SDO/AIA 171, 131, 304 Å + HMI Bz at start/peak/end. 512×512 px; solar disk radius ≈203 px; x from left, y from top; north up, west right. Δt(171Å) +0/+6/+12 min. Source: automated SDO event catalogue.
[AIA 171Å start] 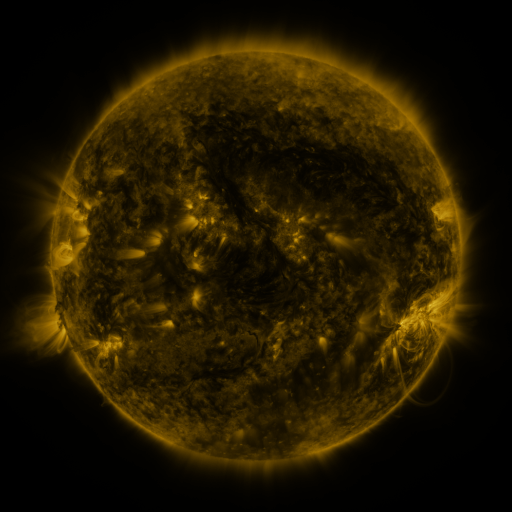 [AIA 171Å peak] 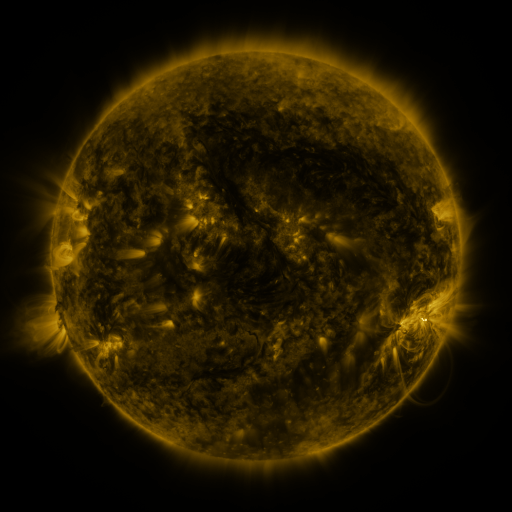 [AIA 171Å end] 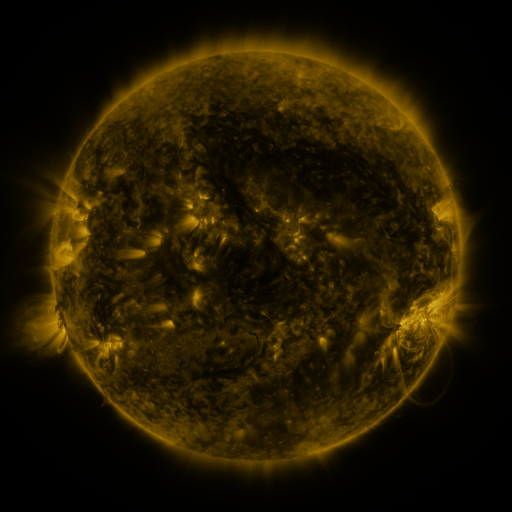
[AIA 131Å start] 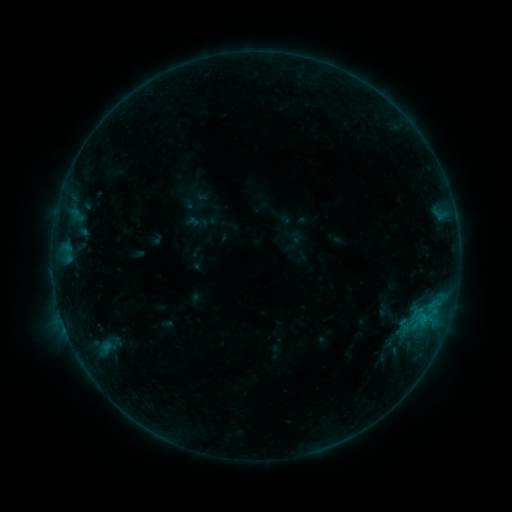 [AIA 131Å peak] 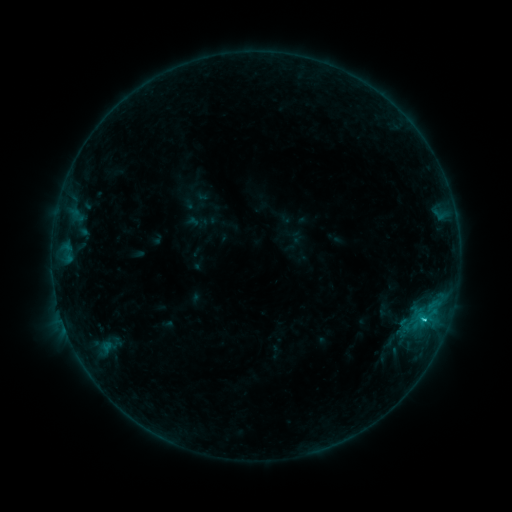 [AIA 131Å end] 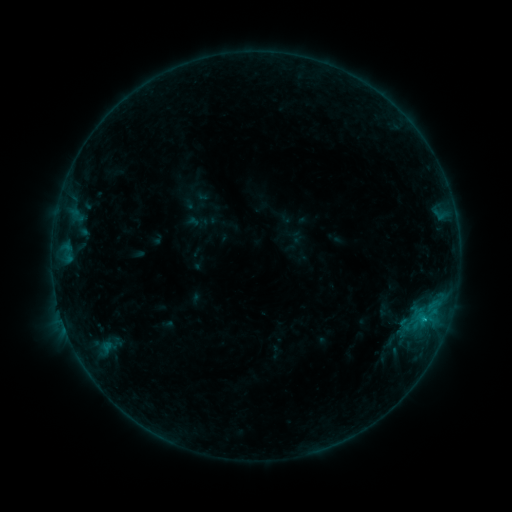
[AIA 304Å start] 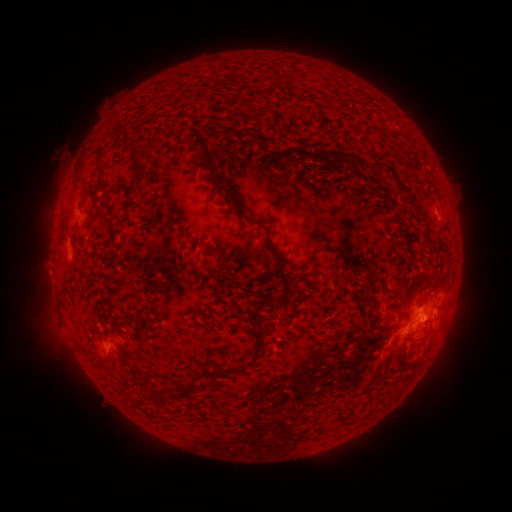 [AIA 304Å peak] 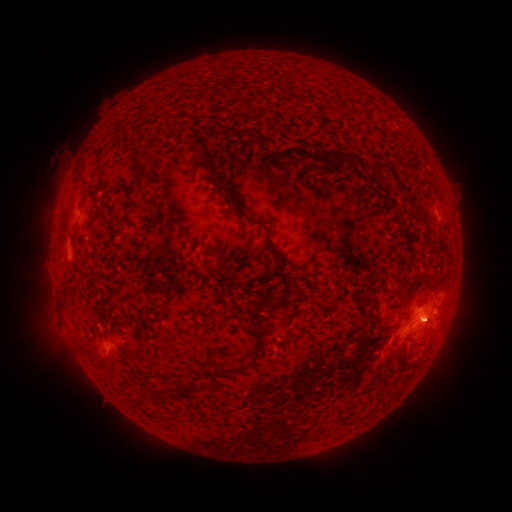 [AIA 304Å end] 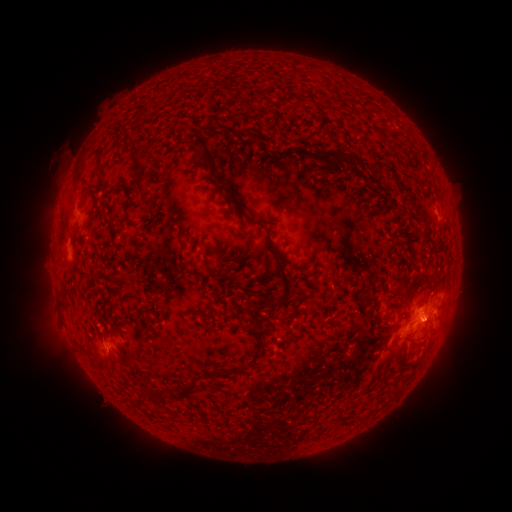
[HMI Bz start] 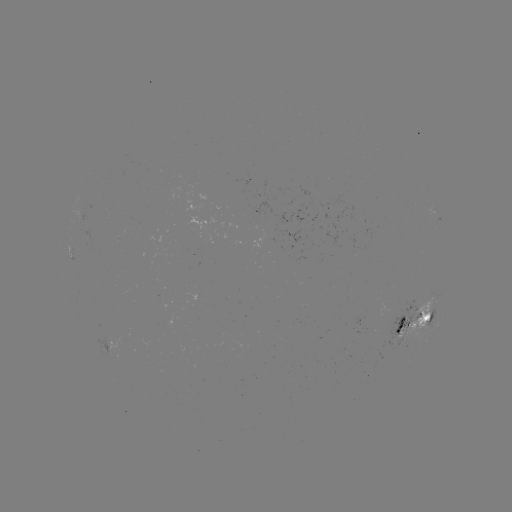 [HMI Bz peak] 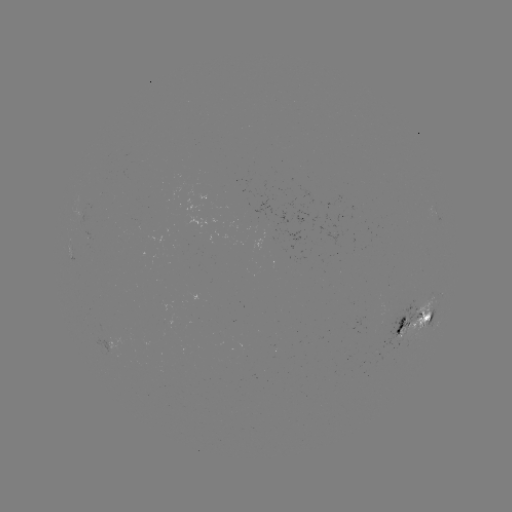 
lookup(C1.4 flare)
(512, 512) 423,317